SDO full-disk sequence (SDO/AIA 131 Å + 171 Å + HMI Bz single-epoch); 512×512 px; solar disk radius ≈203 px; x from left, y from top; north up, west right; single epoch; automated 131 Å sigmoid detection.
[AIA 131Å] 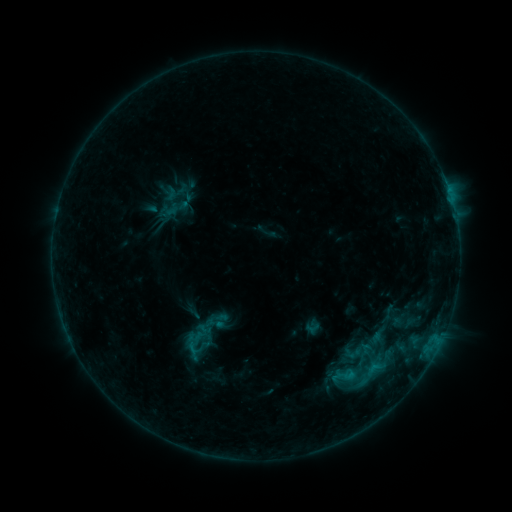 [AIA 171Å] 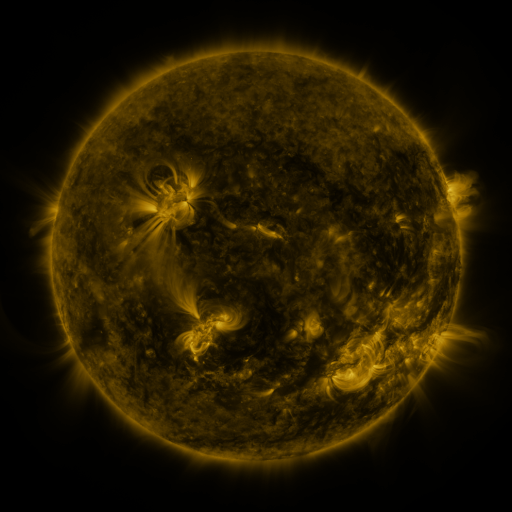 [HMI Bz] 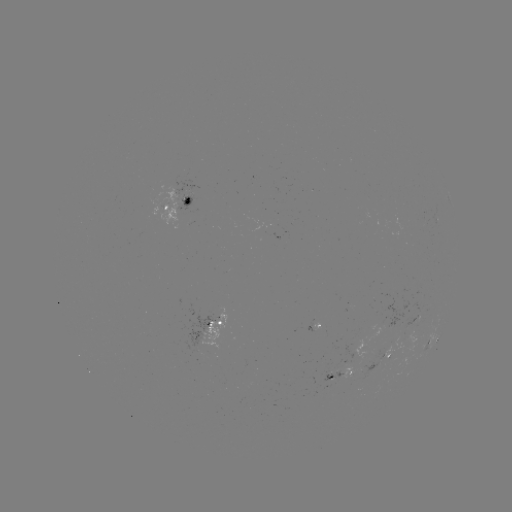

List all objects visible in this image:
sigmoid: [185, 346, 210, 367]
sigmoid: [330, 363, 356, 389]
